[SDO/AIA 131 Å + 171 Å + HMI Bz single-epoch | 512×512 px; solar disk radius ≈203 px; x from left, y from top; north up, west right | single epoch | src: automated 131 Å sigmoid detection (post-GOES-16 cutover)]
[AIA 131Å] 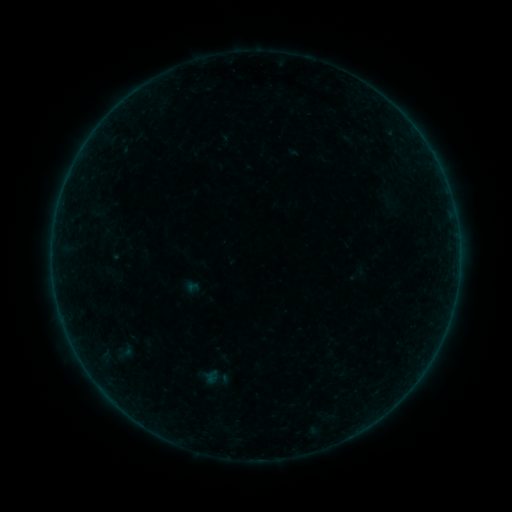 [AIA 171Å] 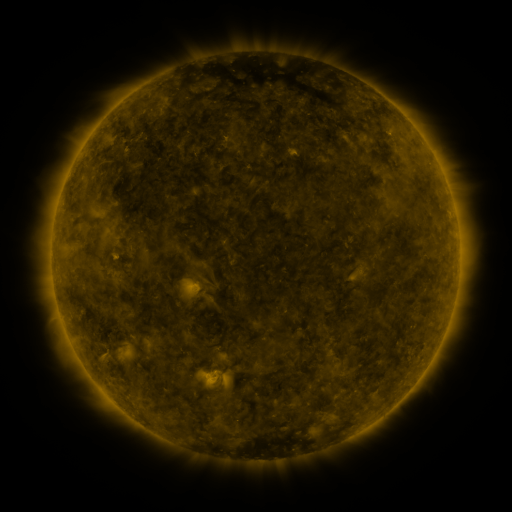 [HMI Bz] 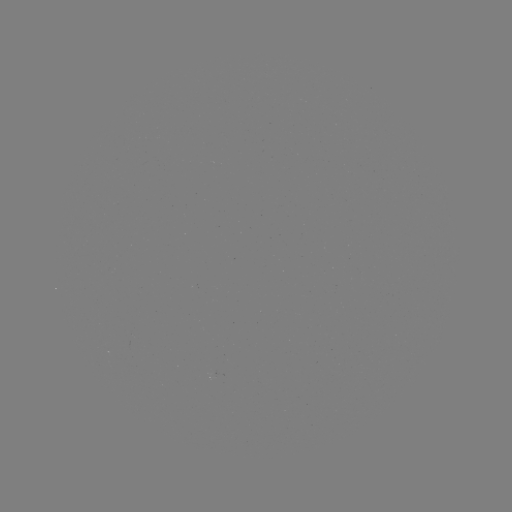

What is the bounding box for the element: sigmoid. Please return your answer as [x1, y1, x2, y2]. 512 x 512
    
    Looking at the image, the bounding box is [106, 340, 142, 365].